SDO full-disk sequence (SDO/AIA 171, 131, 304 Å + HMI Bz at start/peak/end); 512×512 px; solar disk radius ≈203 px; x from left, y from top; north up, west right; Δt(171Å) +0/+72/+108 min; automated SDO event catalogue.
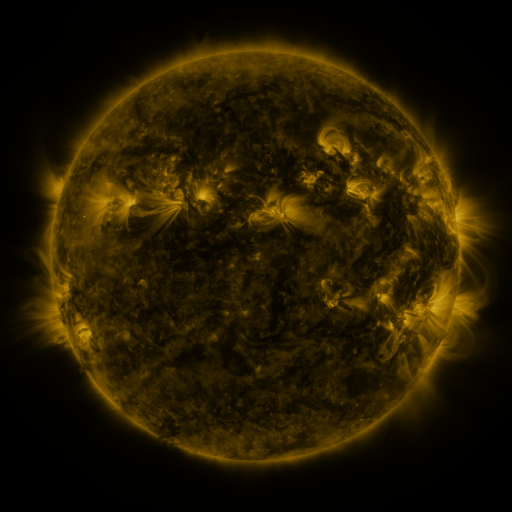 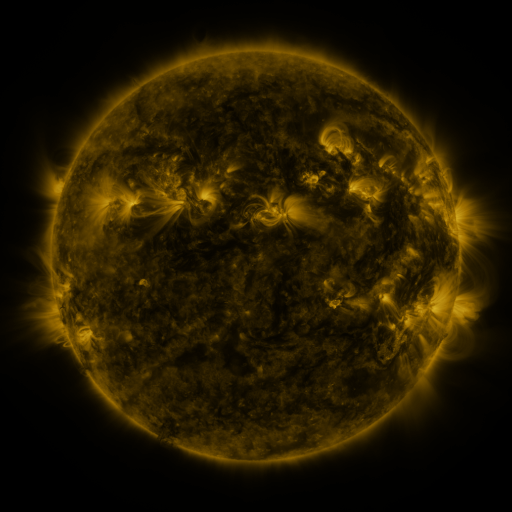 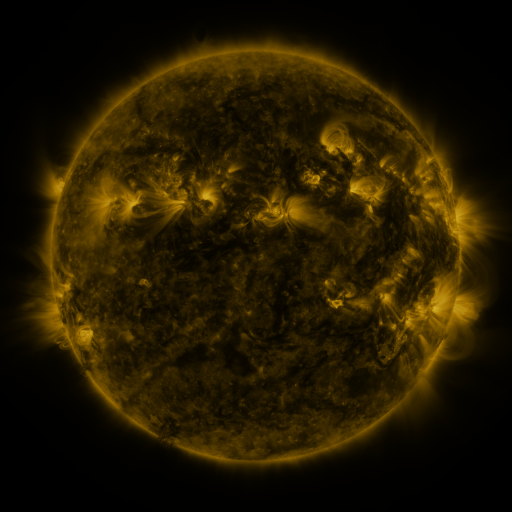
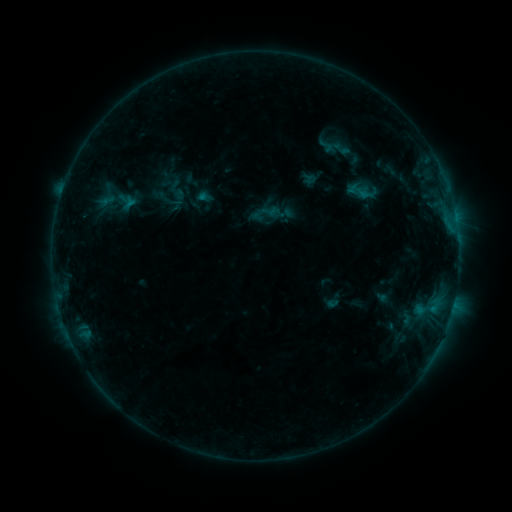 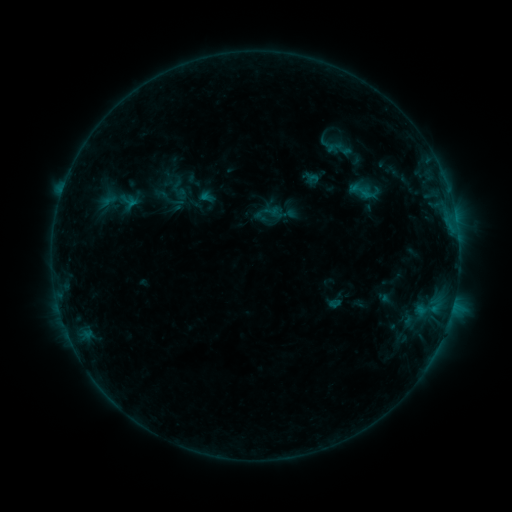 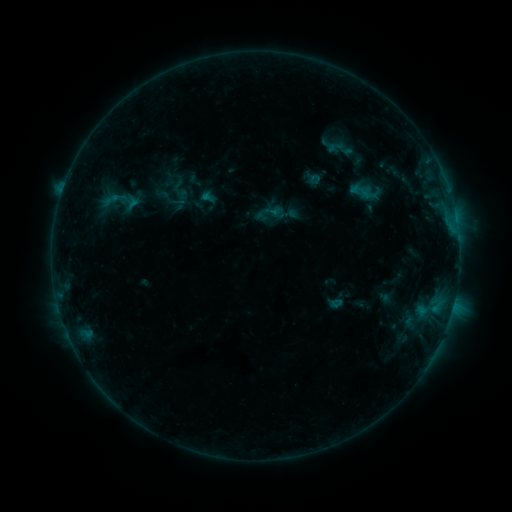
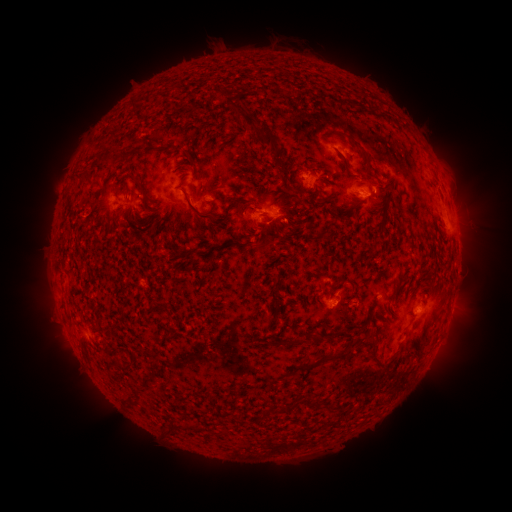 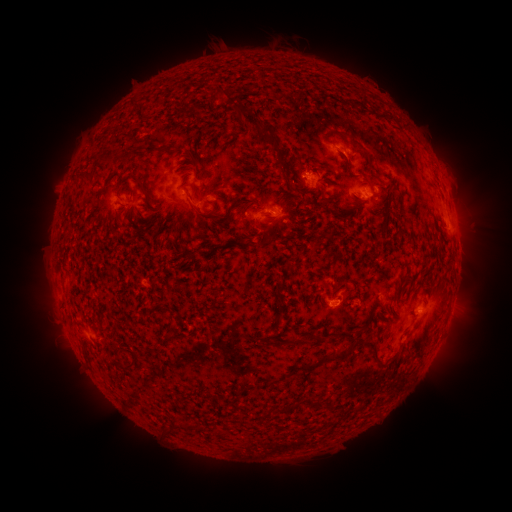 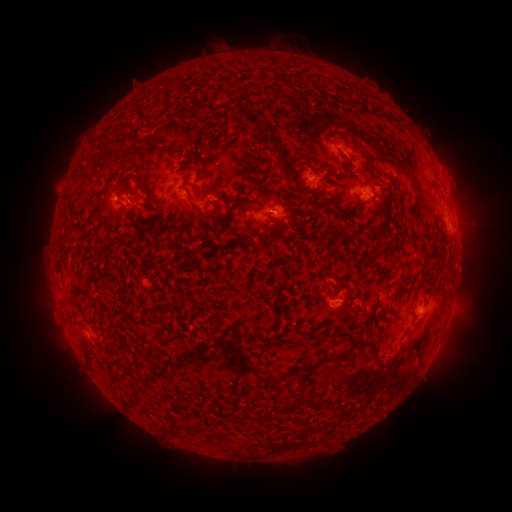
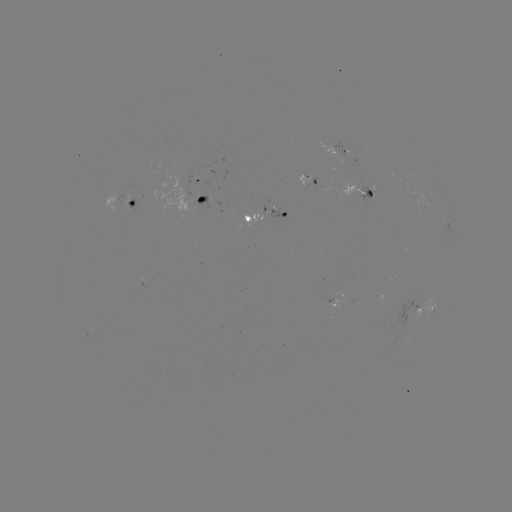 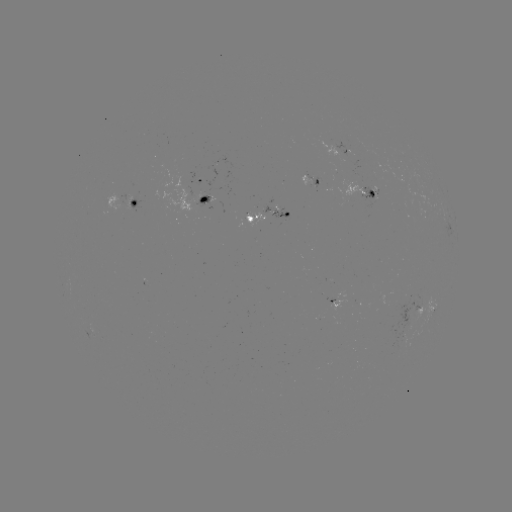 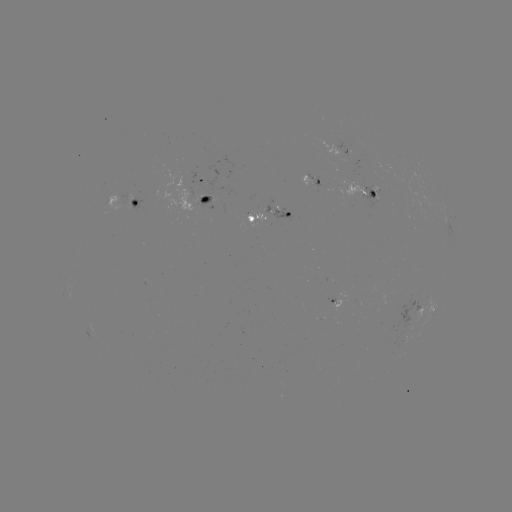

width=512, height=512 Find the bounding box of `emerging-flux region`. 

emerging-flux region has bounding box [153, 172, 197, 213].